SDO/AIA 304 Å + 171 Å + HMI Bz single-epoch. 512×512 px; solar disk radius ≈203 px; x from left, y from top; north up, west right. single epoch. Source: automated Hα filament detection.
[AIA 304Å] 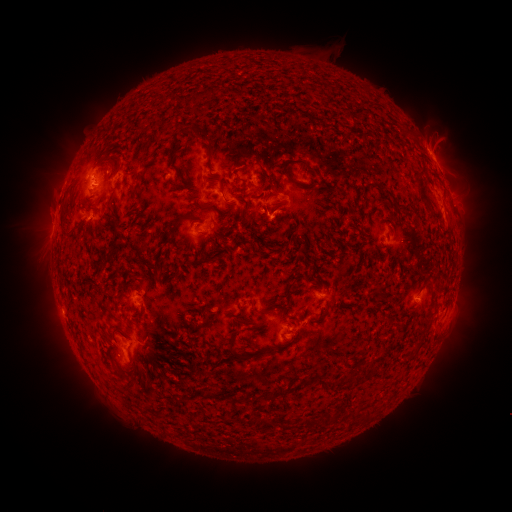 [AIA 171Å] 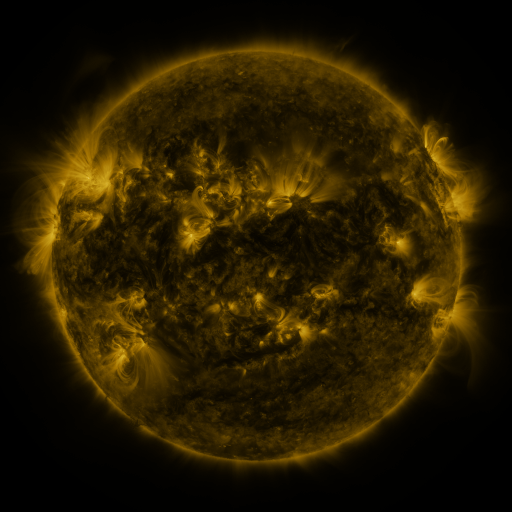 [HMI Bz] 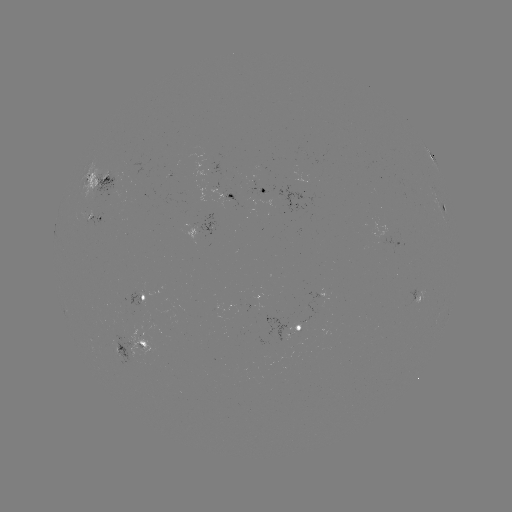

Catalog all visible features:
filament: [204, 87, 215, 99]
filament: [170, 94, 183, 108]
filament: [291, 107, 320, 124]
filament: [181, 126, 189, 135]
filament: [108, 129, 124, 148]
filament: [195, 129, 211, 144]
filament: [166, 131, 181, 165]
filament: [391, 136, 402, 145]
filament: [102, 156, 119, 171]
filament: [292, 156, 313, 171]
filament: [411, 159, 430, 210]
filament: [199, 204, 210, 212]
filament: [59, 206, 73, 240]
filament: [175, 217, 184, 226]
filament: [103, 218, 122, 267]
filament: [337, 263, 348, 277]
filament: [153, 274, 163, 284]
filament: [415, 335, 424, 348]
filament: [228, 337, 246, 361]
filament: [319, 374, 329, 387]
filament: [367, 407, 374, 418]
filament: [327, 413, 334, 422]
filament: [305, 416, 319, 426]
